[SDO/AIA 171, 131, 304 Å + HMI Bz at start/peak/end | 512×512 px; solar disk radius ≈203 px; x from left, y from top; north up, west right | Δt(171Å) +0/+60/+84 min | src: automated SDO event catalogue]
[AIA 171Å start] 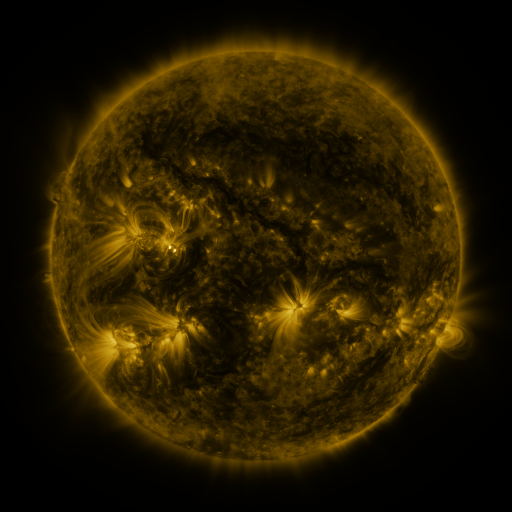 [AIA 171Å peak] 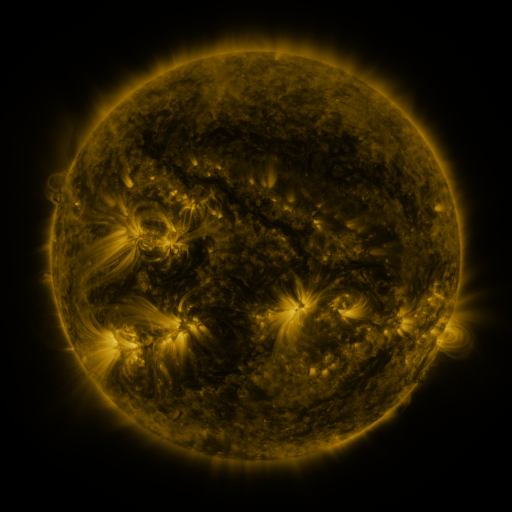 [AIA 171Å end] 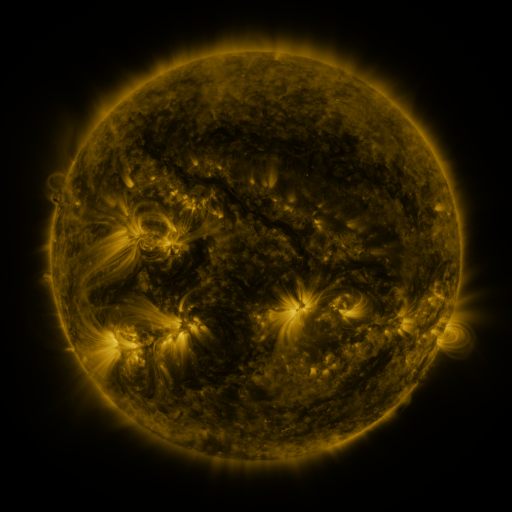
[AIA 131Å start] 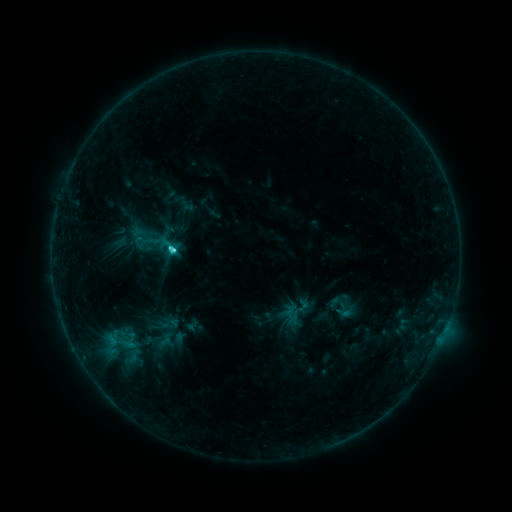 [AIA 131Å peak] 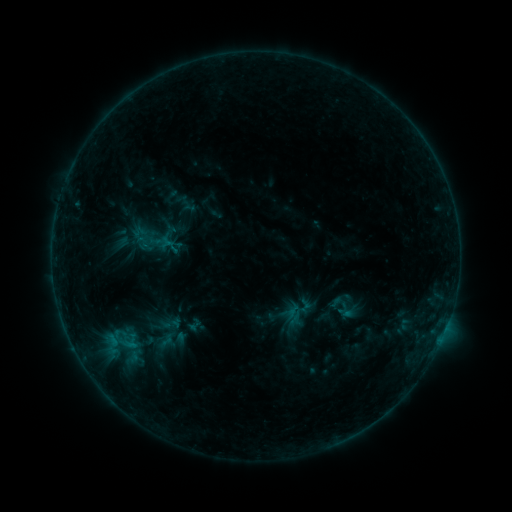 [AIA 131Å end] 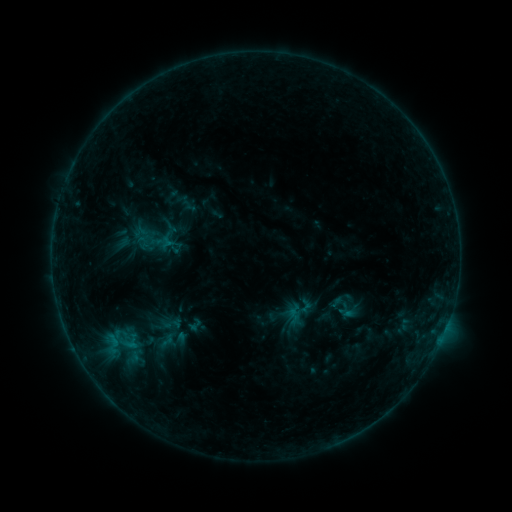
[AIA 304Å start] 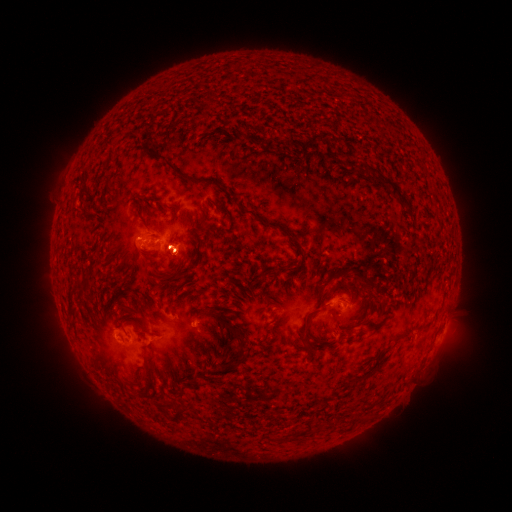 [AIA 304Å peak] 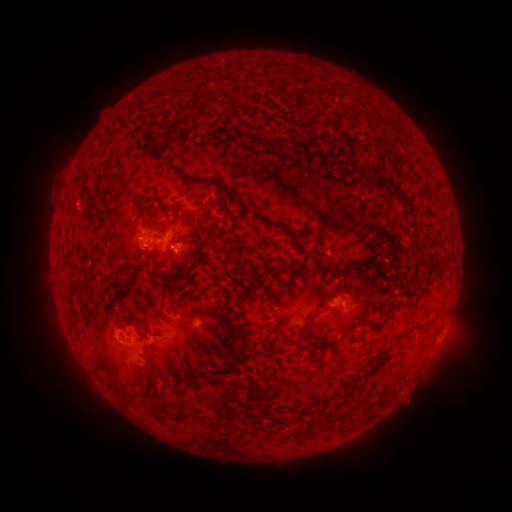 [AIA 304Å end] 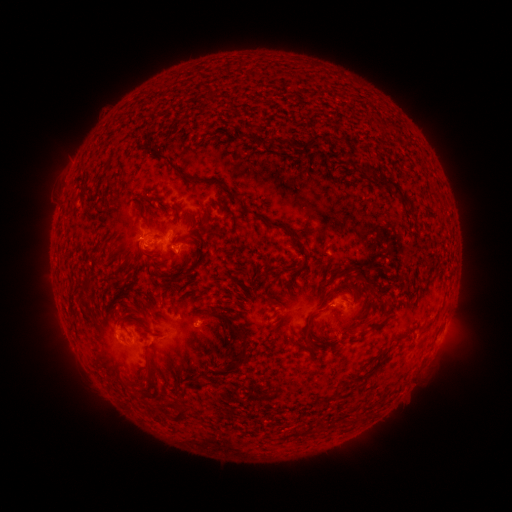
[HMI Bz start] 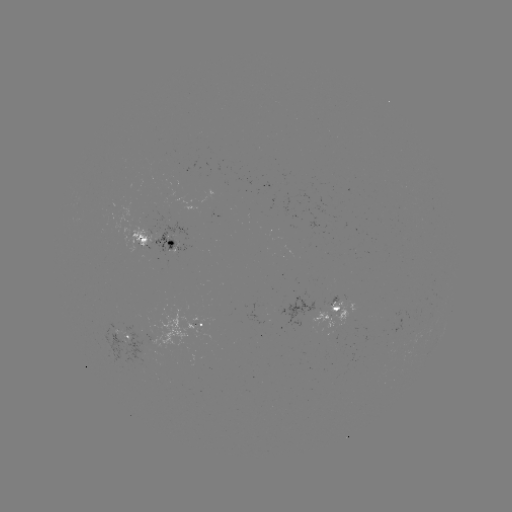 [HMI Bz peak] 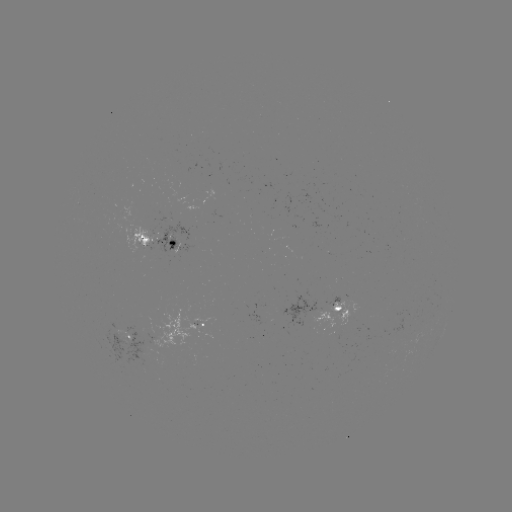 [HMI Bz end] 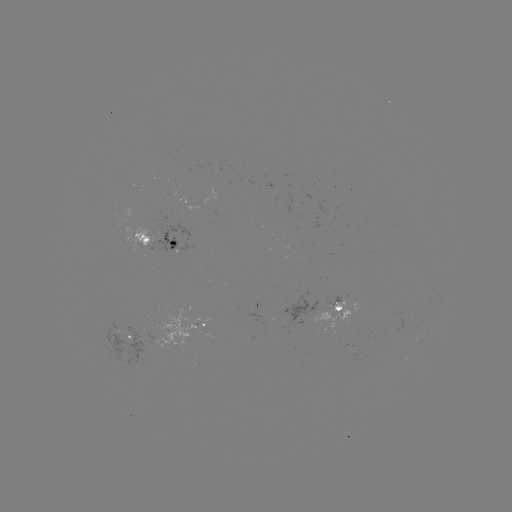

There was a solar emerging-flux region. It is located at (286, 314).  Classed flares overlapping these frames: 1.